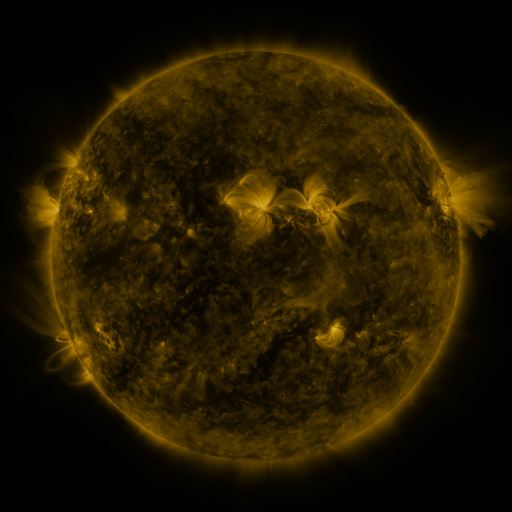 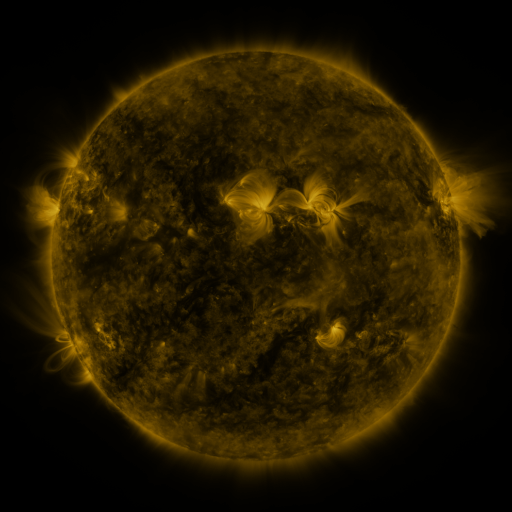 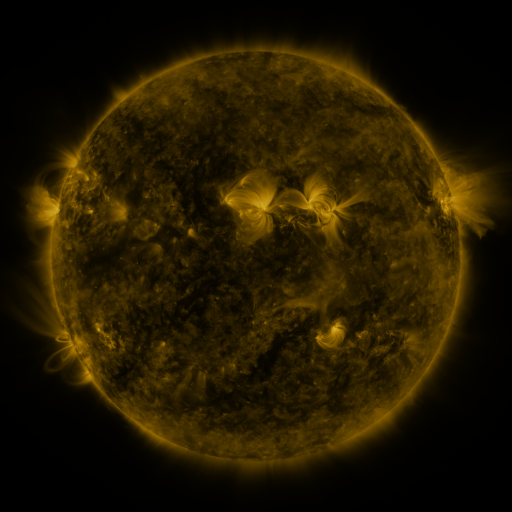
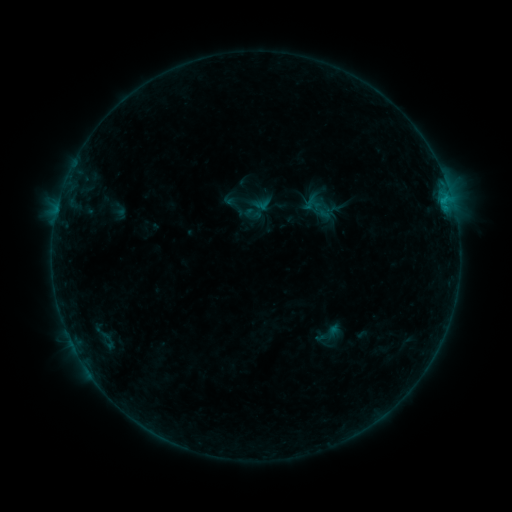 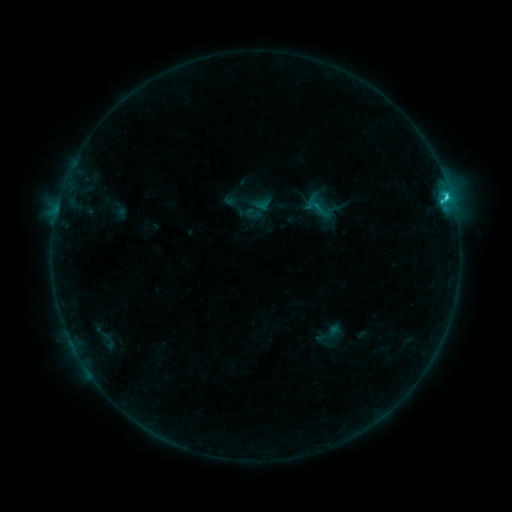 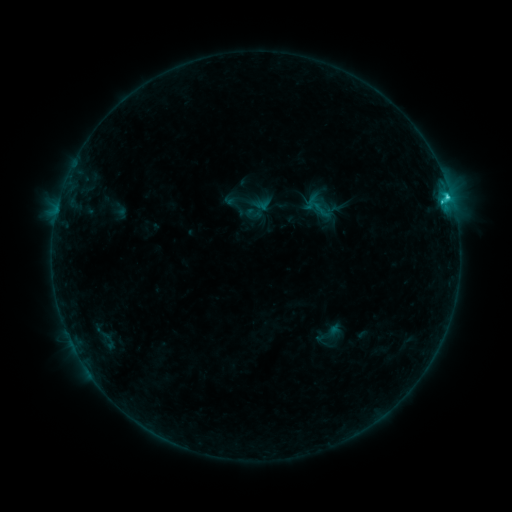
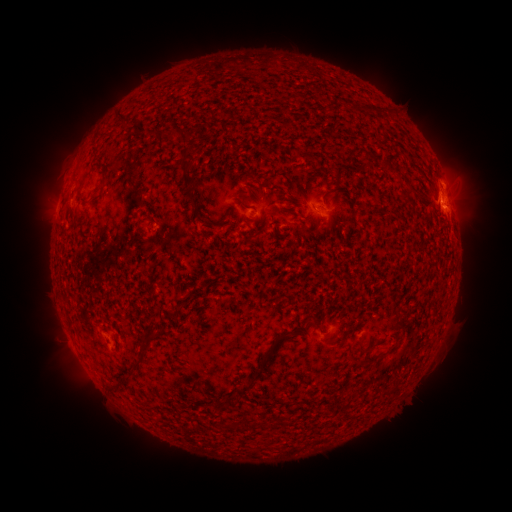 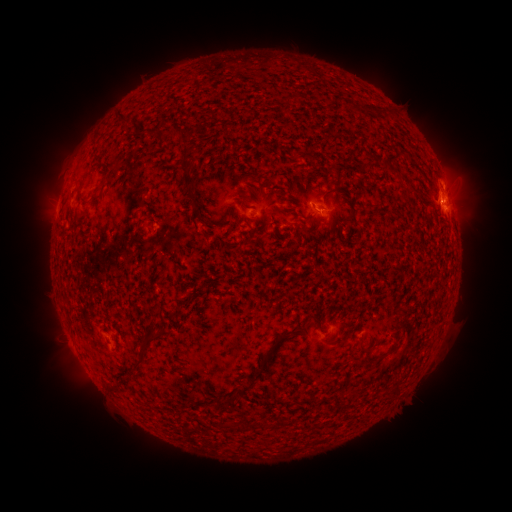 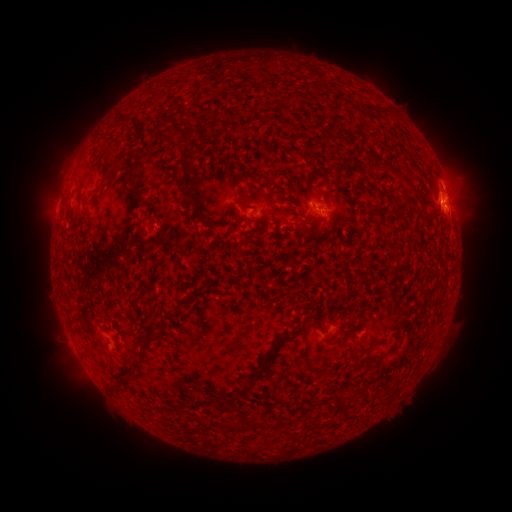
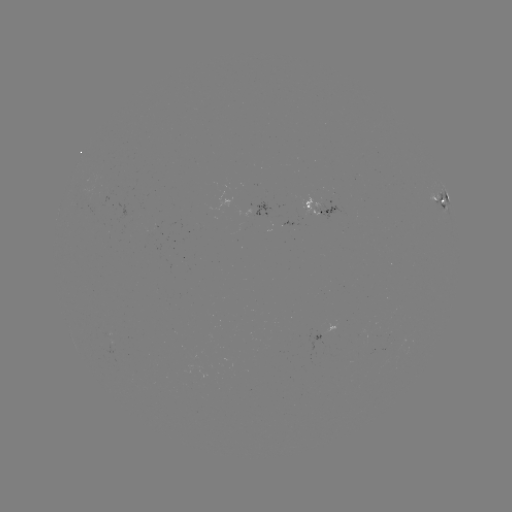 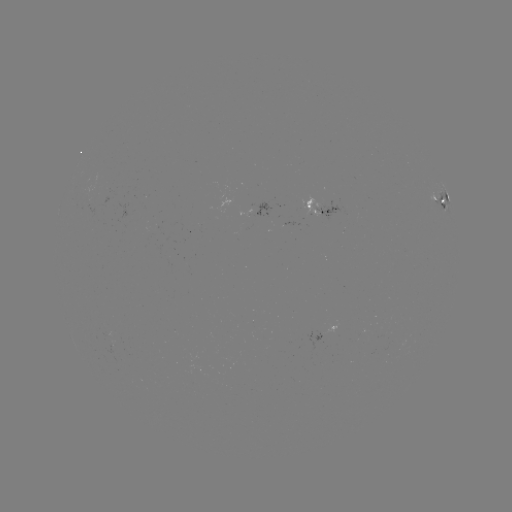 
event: flare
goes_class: C2.2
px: (446, 201)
